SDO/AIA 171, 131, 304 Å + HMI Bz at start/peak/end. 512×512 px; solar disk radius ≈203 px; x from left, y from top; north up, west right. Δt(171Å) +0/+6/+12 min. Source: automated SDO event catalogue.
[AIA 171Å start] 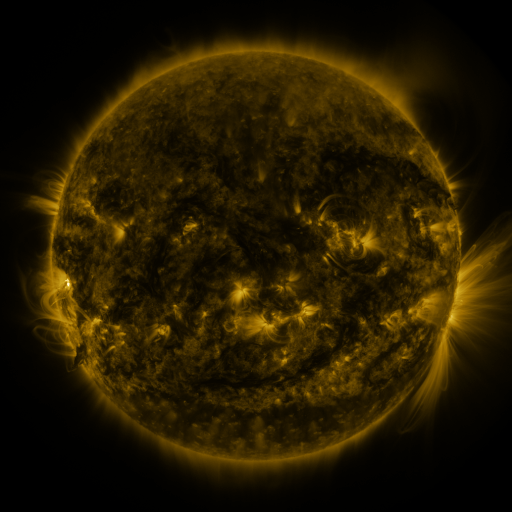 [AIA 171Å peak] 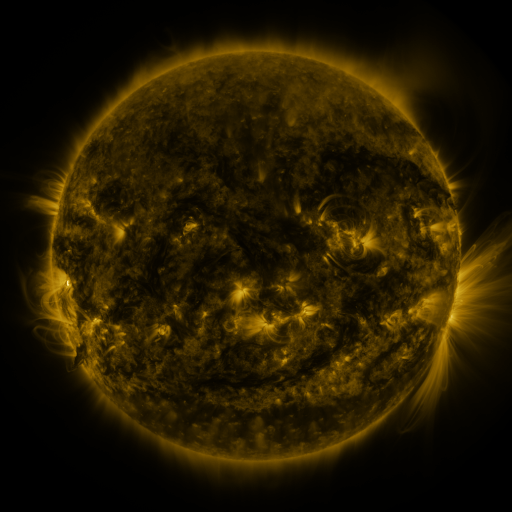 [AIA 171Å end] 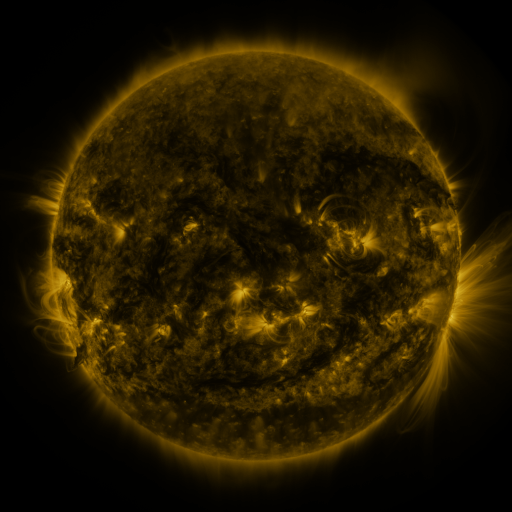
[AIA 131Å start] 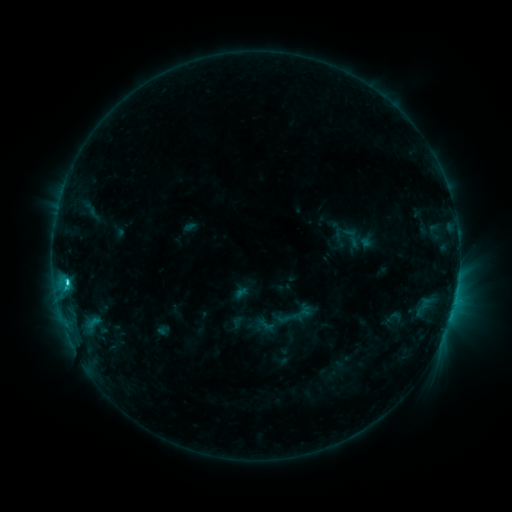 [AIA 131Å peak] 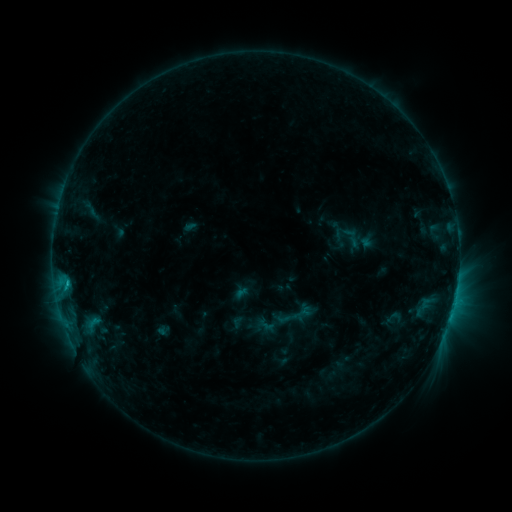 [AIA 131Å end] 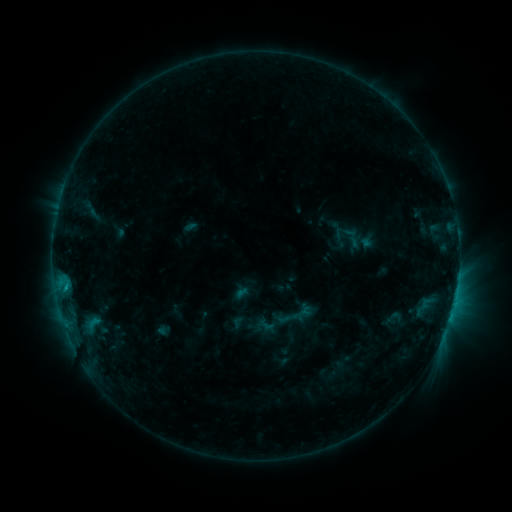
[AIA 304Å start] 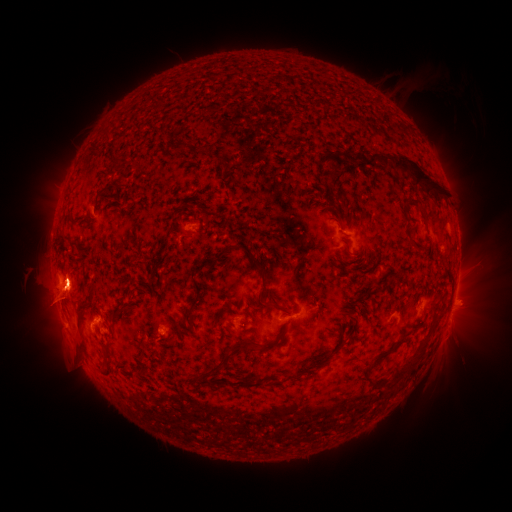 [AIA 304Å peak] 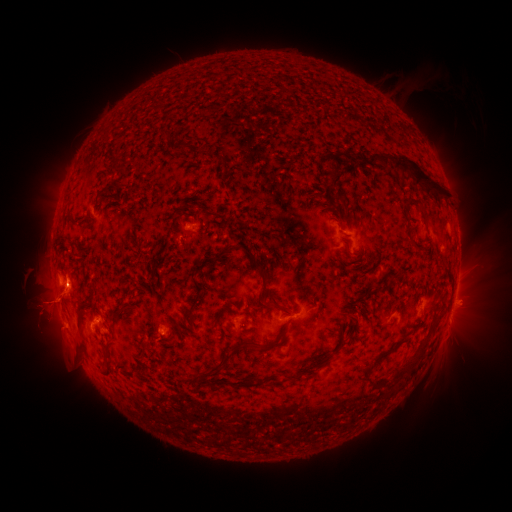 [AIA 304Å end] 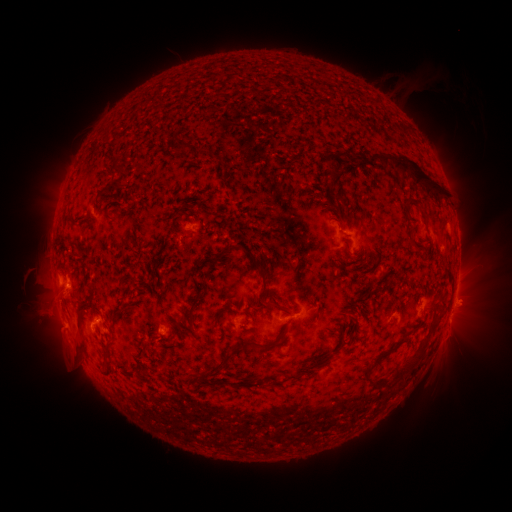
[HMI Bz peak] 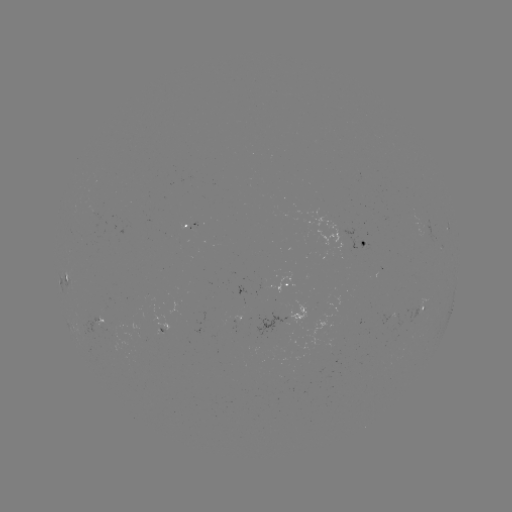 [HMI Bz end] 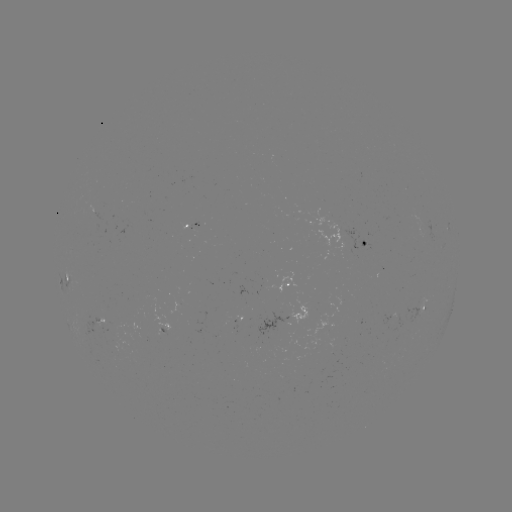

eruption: <bbox>11, 280, 91, 345</bbox>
